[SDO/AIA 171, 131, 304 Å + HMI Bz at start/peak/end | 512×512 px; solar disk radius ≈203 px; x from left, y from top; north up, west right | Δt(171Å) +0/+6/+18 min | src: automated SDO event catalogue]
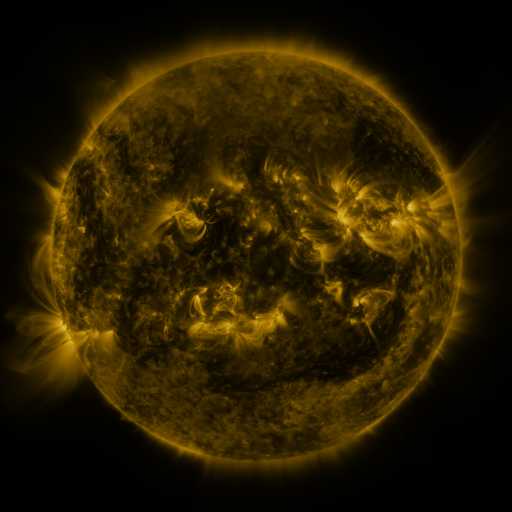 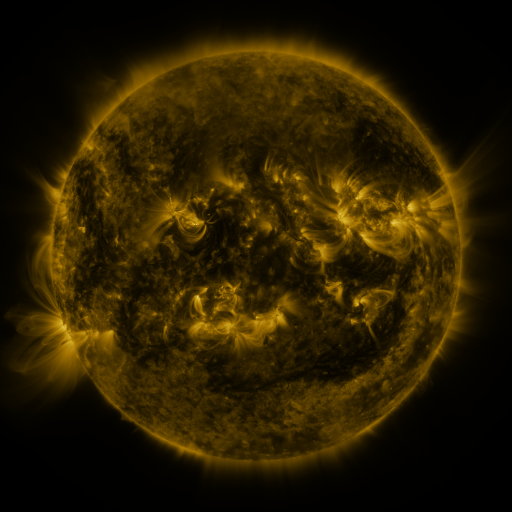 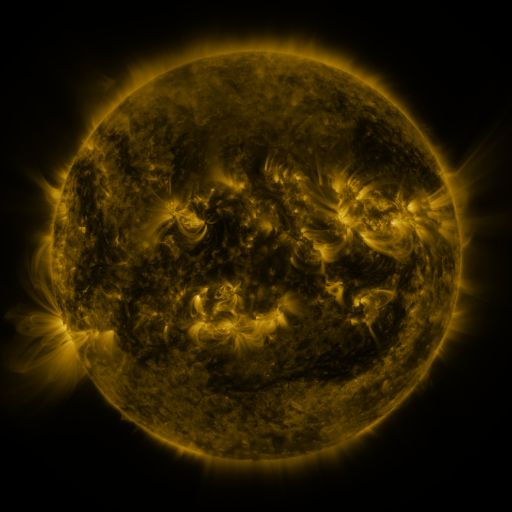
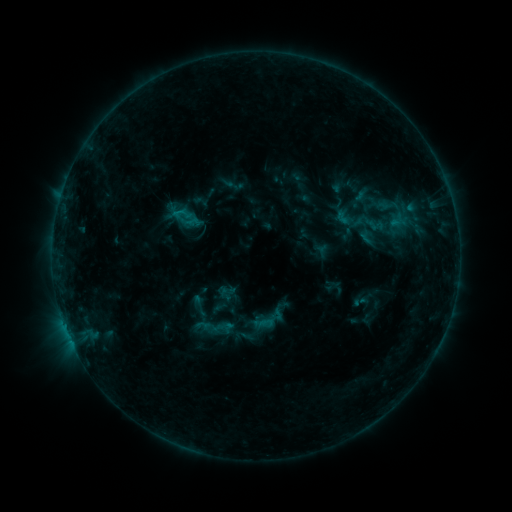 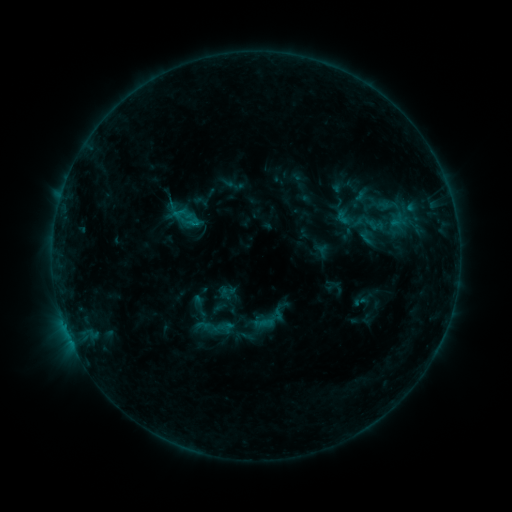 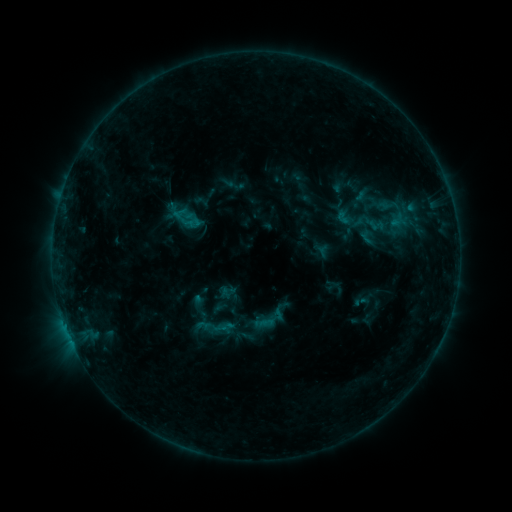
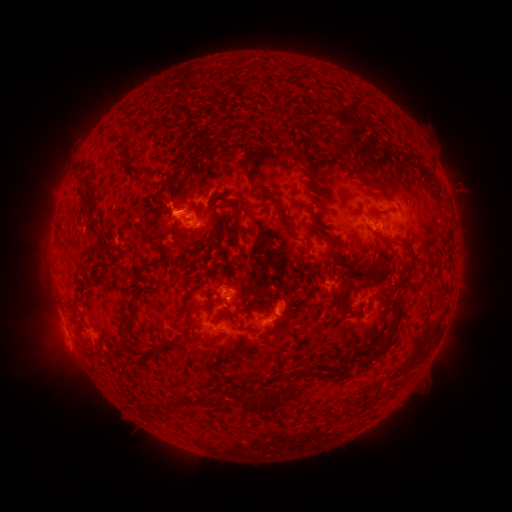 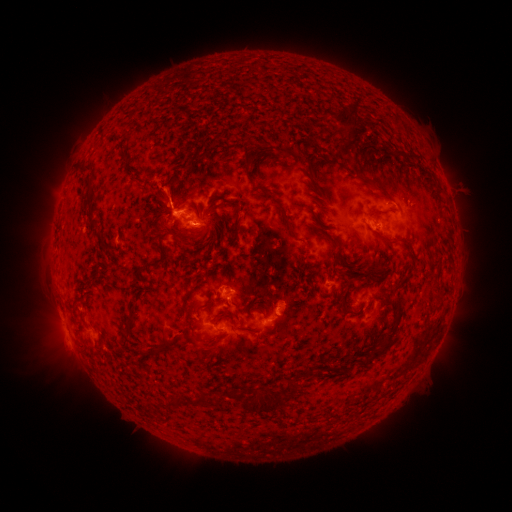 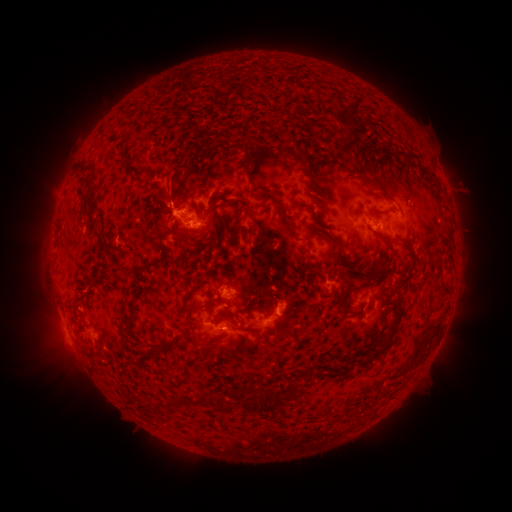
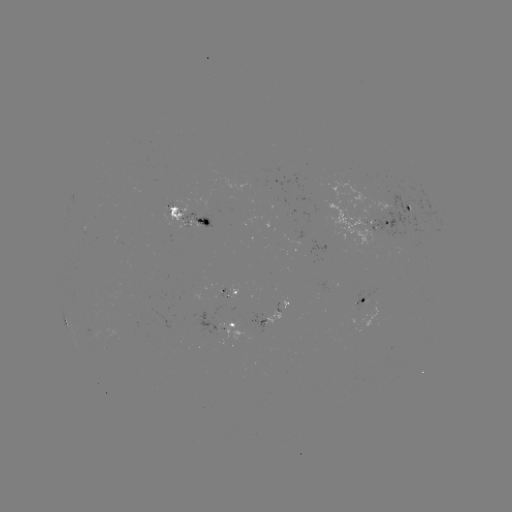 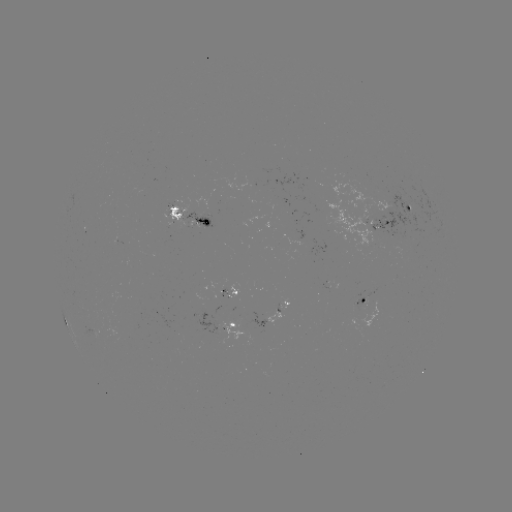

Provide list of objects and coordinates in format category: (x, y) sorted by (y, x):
eruption: (168, 188)
